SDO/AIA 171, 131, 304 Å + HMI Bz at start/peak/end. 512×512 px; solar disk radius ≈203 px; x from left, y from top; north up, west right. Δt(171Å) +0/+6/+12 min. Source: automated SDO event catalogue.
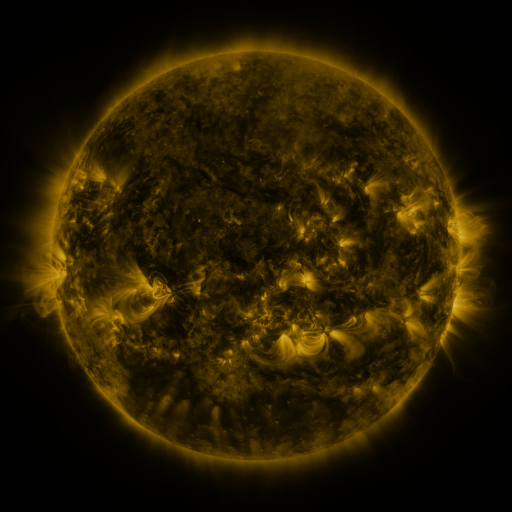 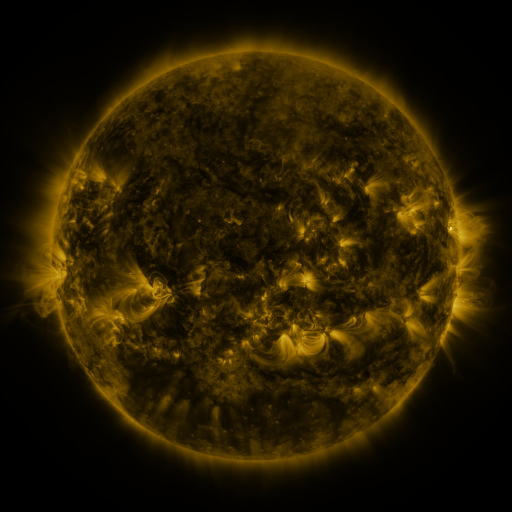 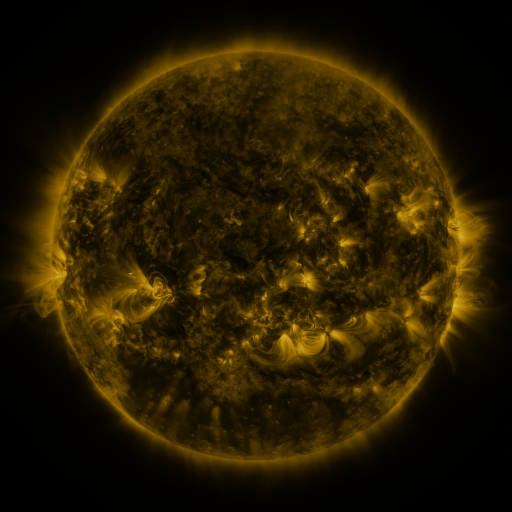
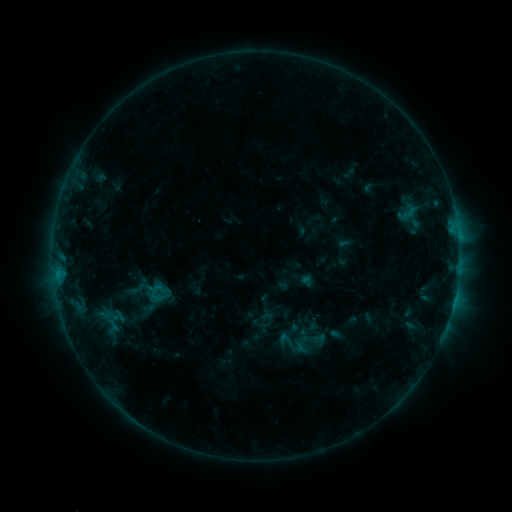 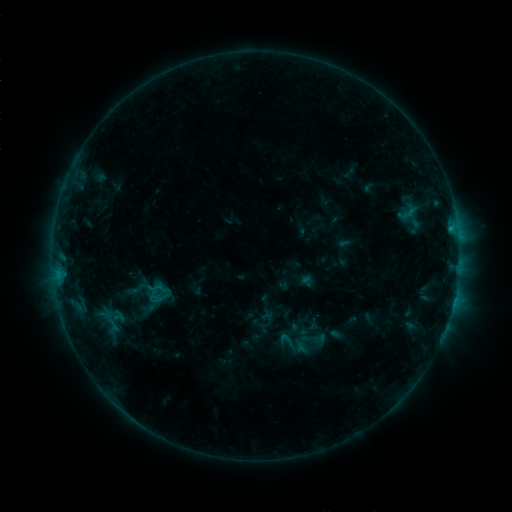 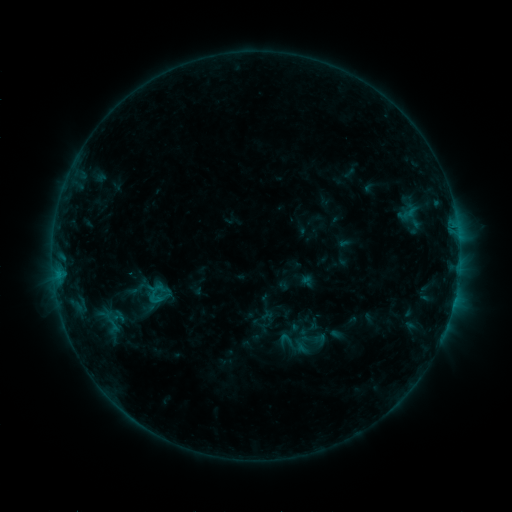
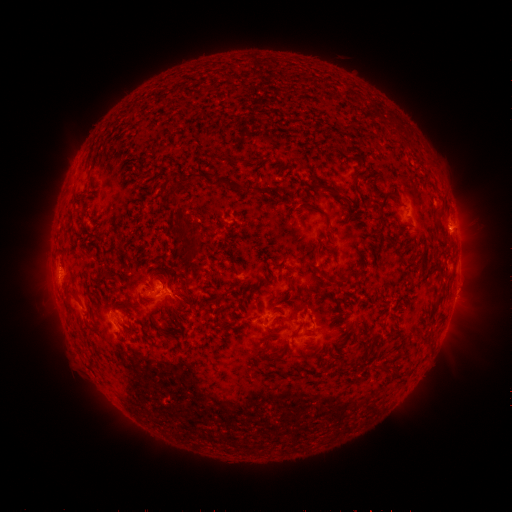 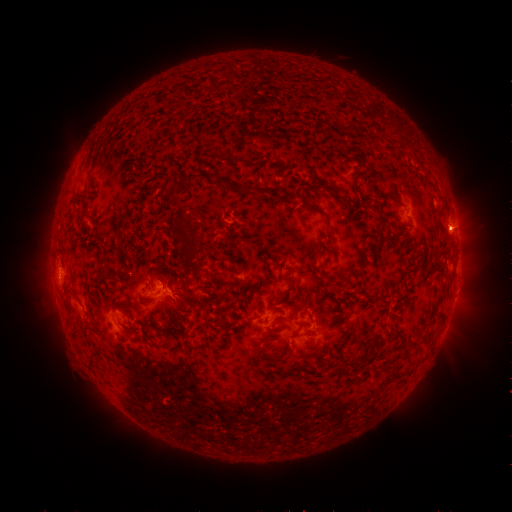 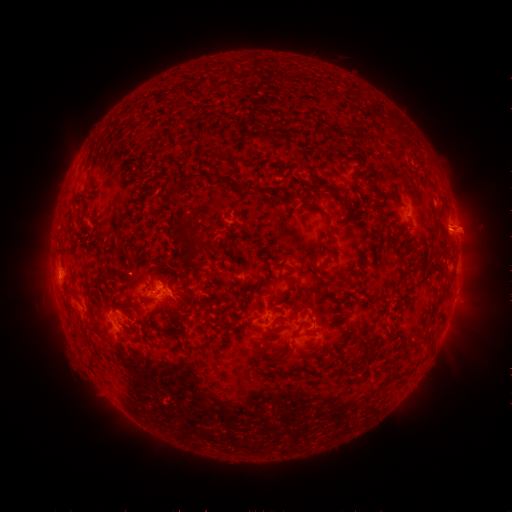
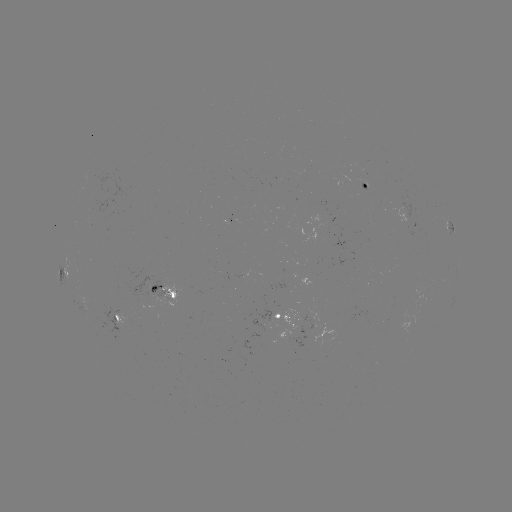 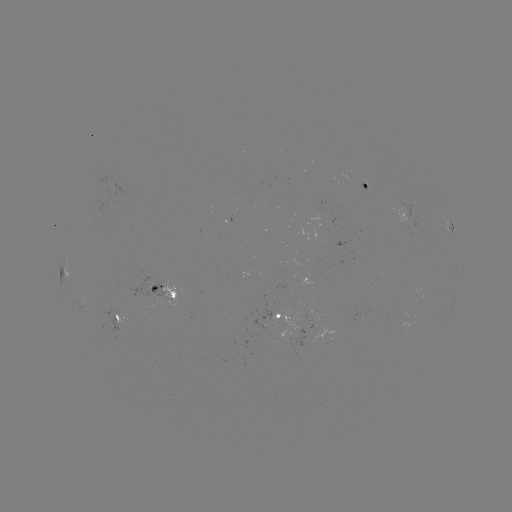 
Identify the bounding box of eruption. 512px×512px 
[430, 204, 494, 258].